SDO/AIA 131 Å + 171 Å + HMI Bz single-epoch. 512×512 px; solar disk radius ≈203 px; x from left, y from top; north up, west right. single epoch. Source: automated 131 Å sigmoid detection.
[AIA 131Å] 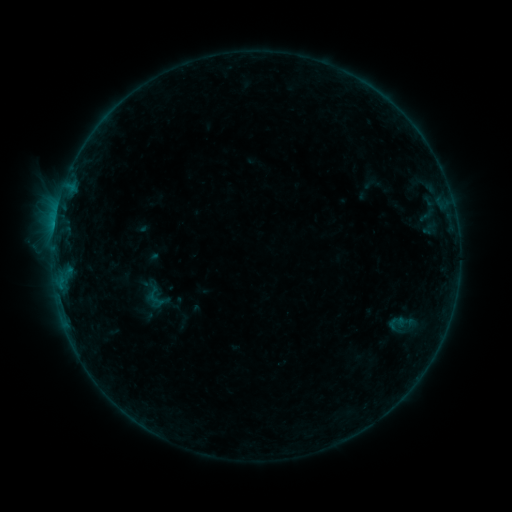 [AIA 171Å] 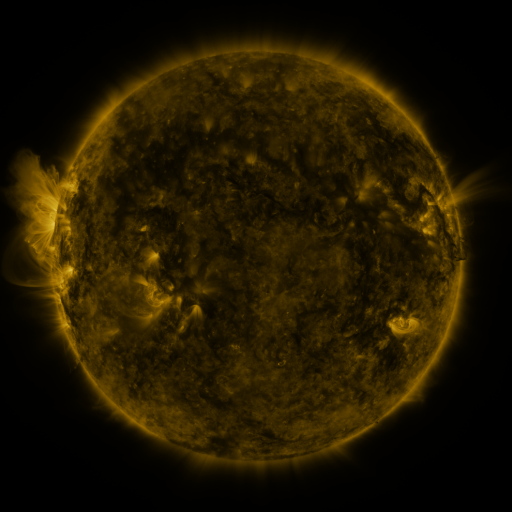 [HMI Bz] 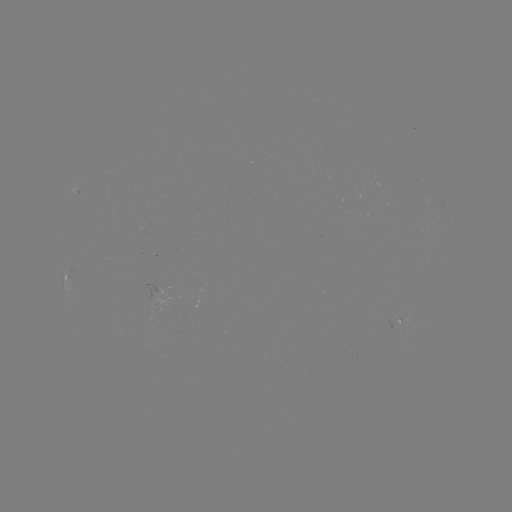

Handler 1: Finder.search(sigmoid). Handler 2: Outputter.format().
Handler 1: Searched sigmoid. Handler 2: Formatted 155,298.